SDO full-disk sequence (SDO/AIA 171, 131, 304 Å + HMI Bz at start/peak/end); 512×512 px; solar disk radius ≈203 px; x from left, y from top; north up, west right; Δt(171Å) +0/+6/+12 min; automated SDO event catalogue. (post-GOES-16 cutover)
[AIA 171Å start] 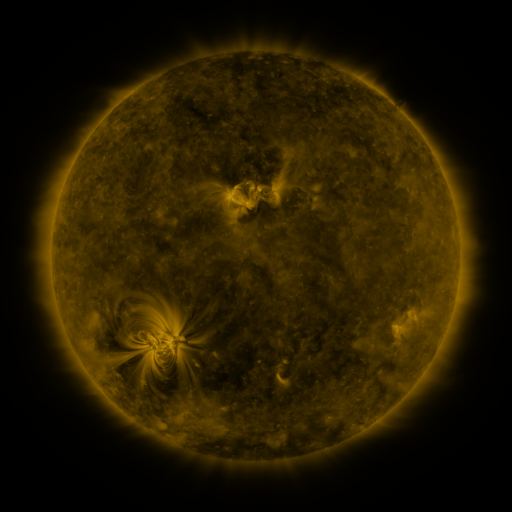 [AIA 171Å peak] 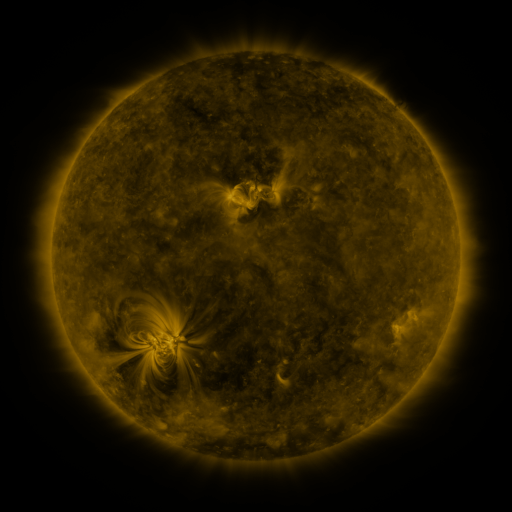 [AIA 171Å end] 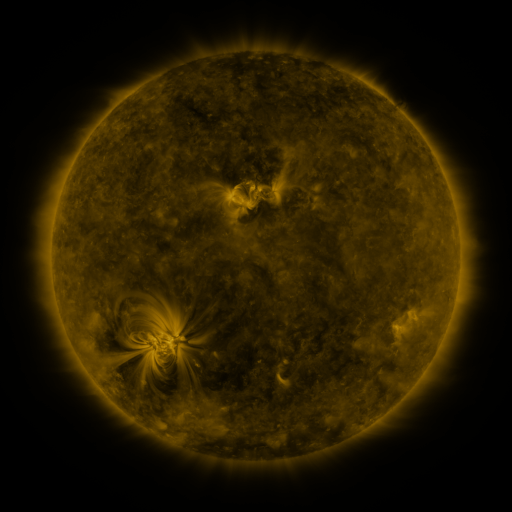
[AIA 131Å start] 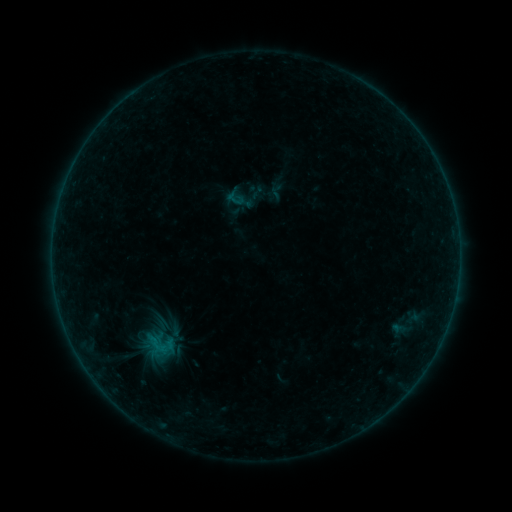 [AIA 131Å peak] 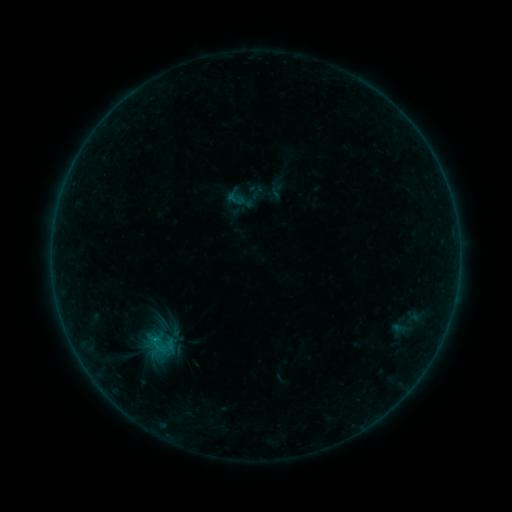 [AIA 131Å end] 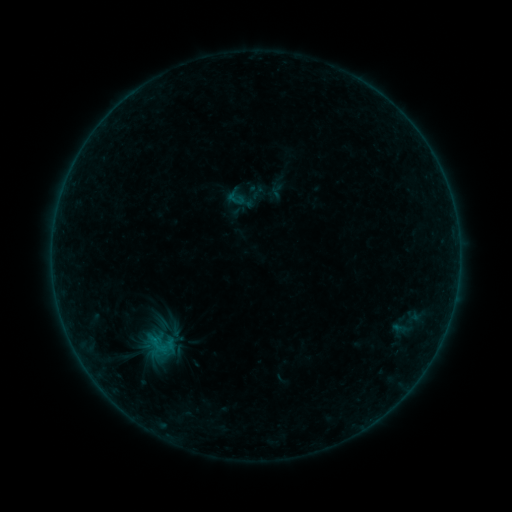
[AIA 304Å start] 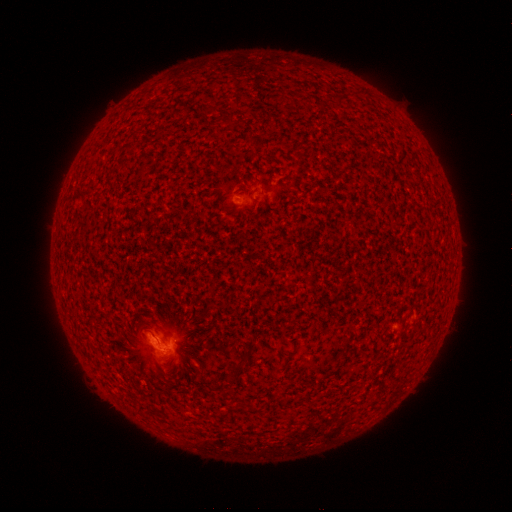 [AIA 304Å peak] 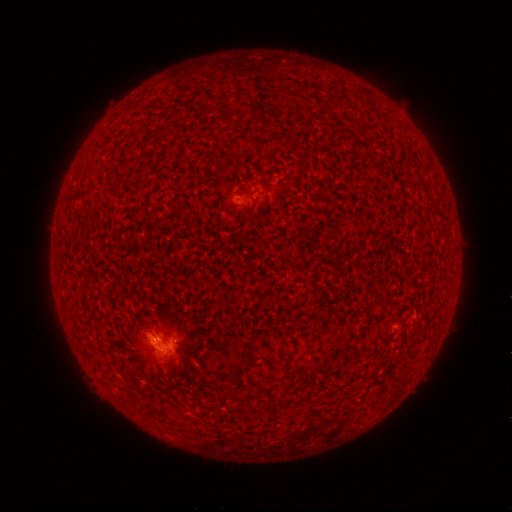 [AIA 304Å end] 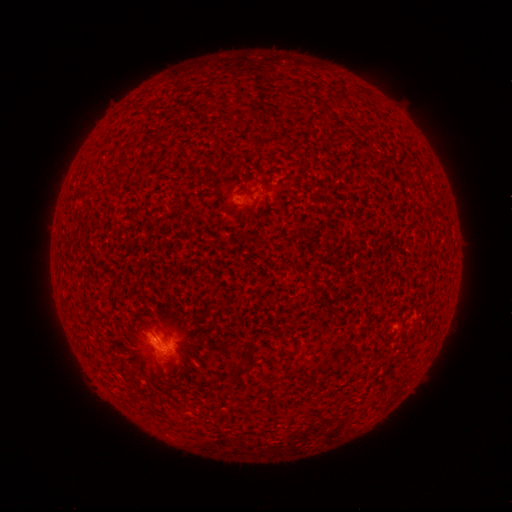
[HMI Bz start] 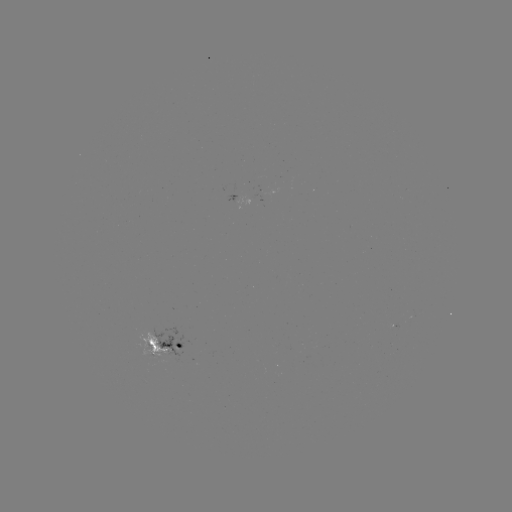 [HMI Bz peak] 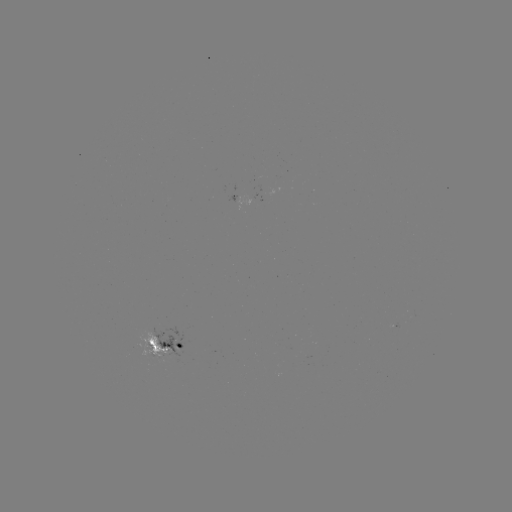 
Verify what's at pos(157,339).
B2.5 flare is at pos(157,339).